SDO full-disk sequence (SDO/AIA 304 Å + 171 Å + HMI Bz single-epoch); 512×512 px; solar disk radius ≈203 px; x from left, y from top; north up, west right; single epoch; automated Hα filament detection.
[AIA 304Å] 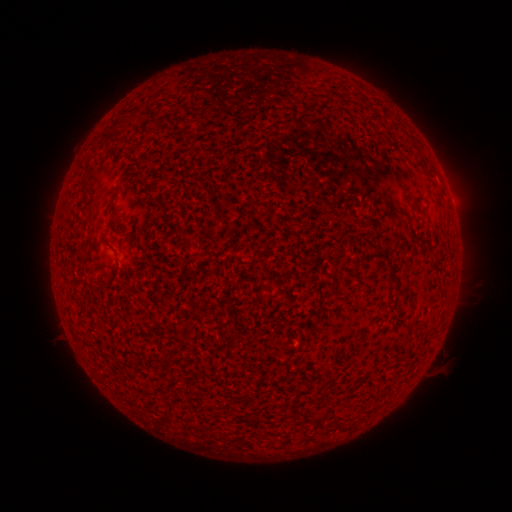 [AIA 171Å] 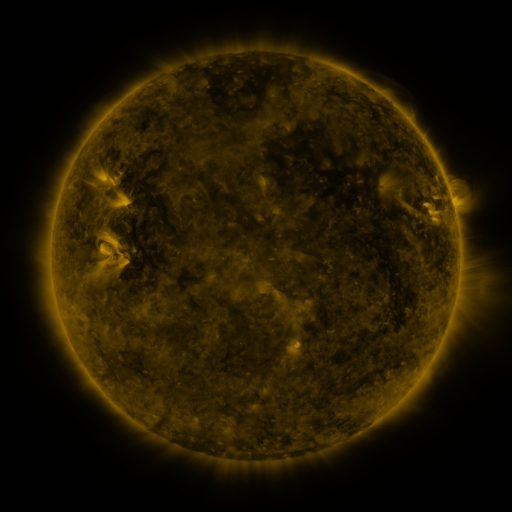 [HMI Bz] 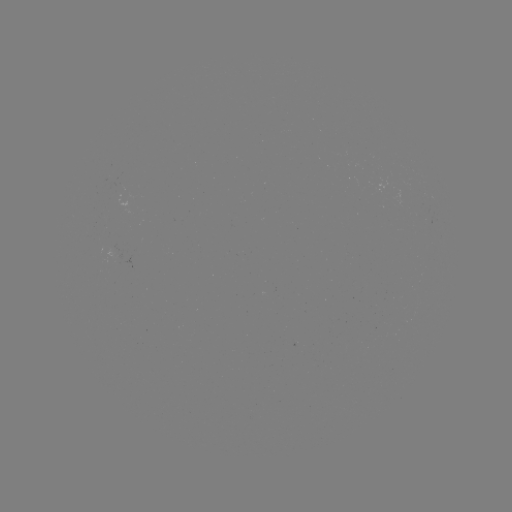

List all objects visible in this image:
filament: (406, 137, 418, 149)
filament: (118, 161, 135, 180)
filament: (351, 255, 363, 269)
filament: (389, 275, 398, 285)
filament: (317, 409, 329, 421)
